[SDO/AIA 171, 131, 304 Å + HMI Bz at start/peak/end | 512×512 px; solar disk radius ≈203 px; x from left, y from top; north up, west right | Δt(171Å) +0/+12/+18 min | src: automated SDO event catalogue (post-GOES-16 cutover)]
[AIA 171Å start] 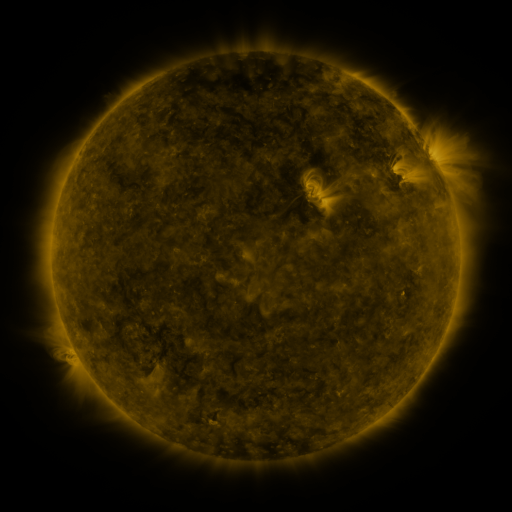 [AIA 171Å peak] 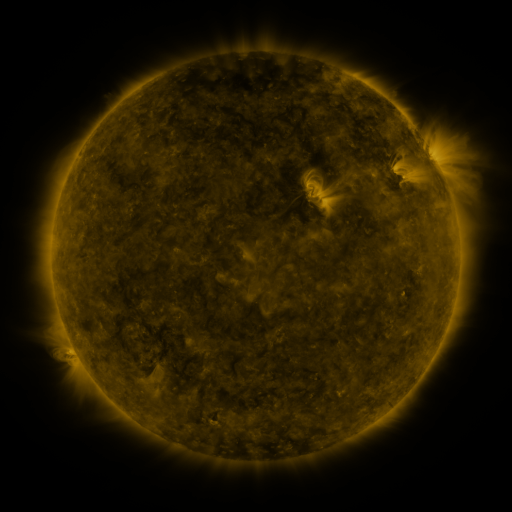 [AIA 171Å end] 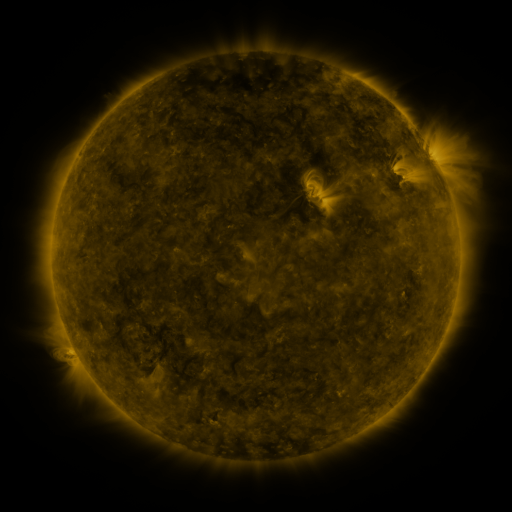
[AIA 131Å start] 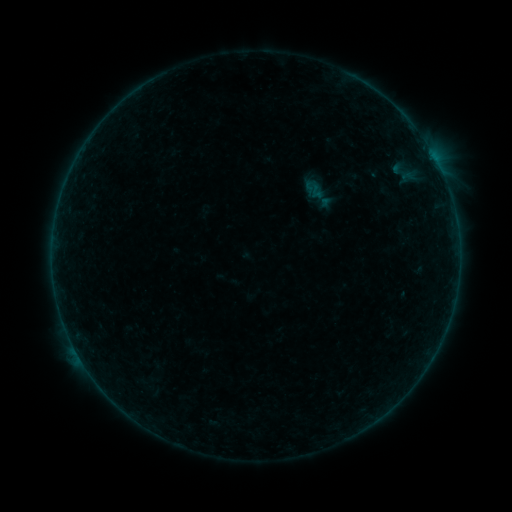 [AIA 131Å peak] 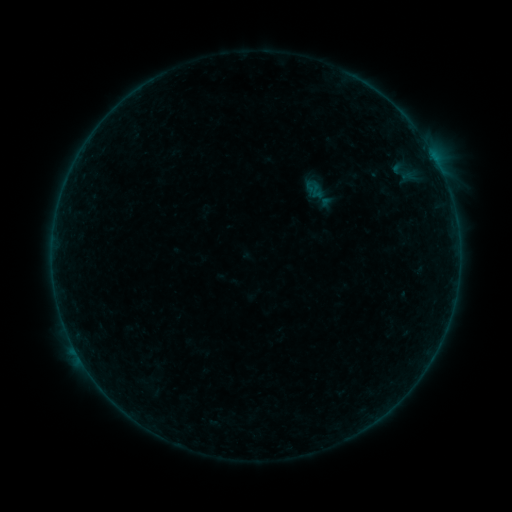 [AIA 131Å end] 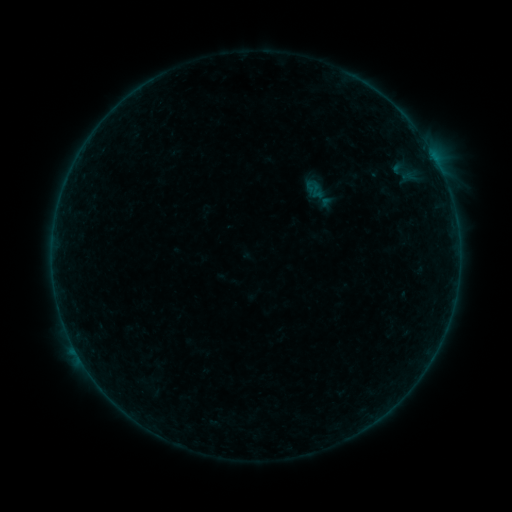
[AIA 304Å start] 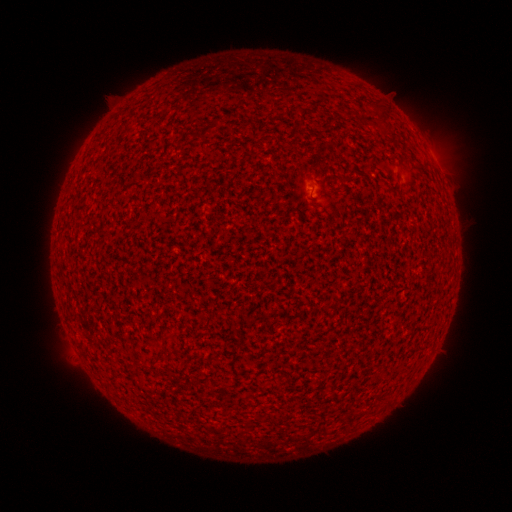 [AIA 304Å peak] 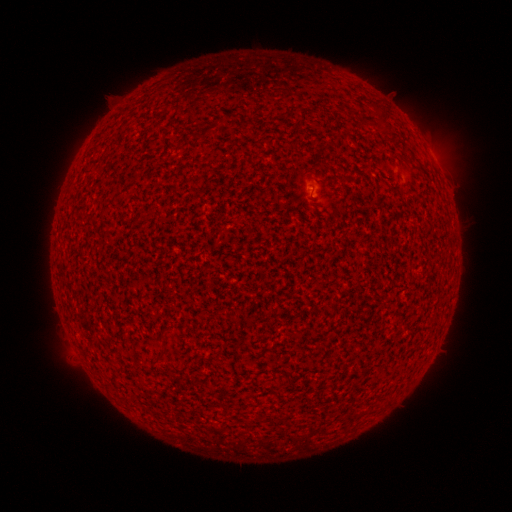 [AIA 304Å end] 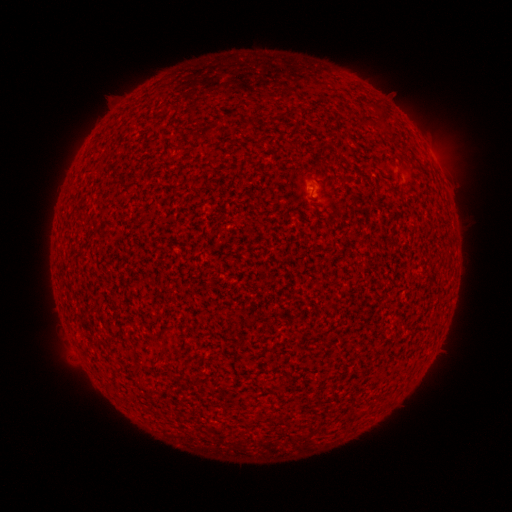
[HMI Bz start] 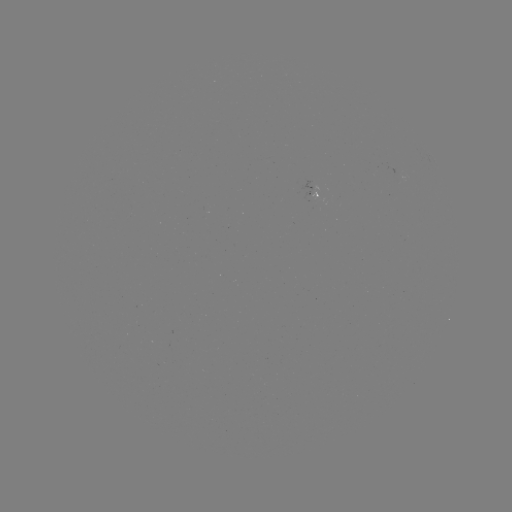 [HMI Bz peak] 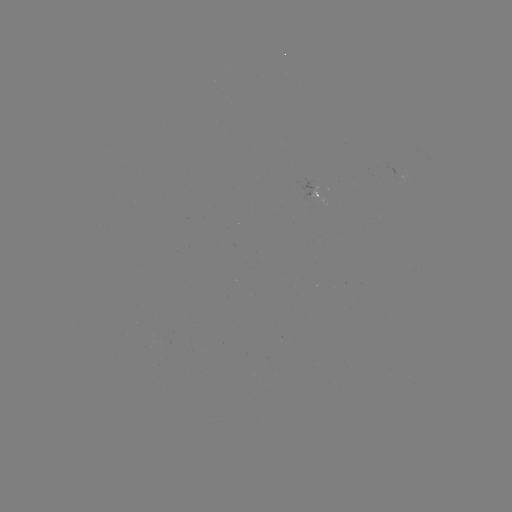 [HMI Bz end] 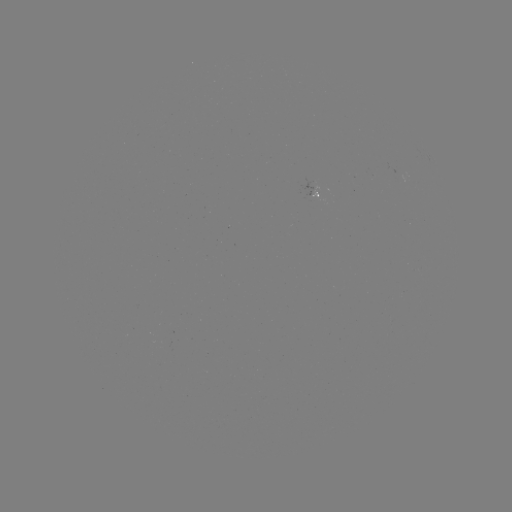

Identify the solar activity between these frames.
A4.8 flare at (310, 193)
